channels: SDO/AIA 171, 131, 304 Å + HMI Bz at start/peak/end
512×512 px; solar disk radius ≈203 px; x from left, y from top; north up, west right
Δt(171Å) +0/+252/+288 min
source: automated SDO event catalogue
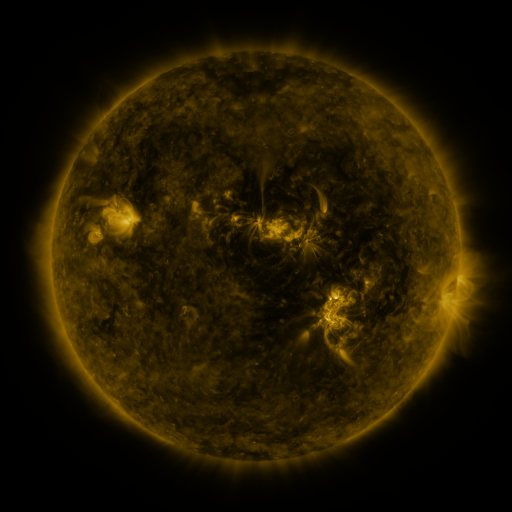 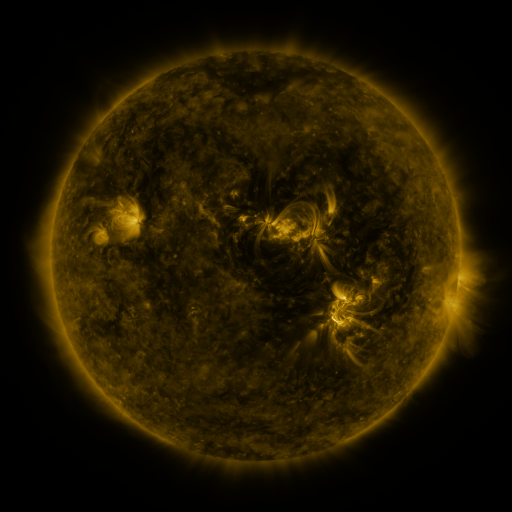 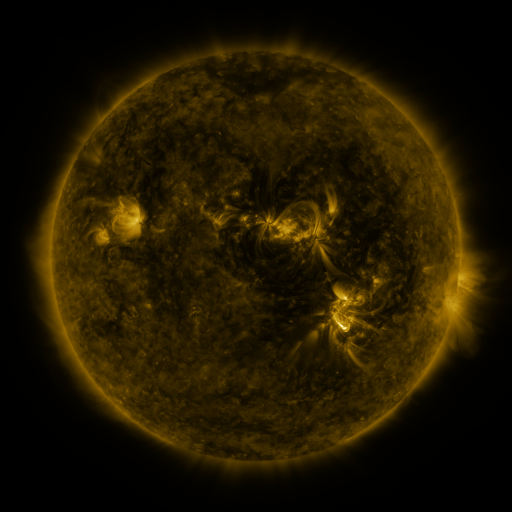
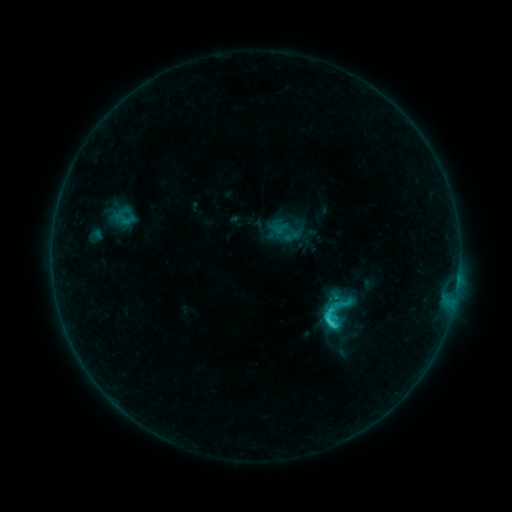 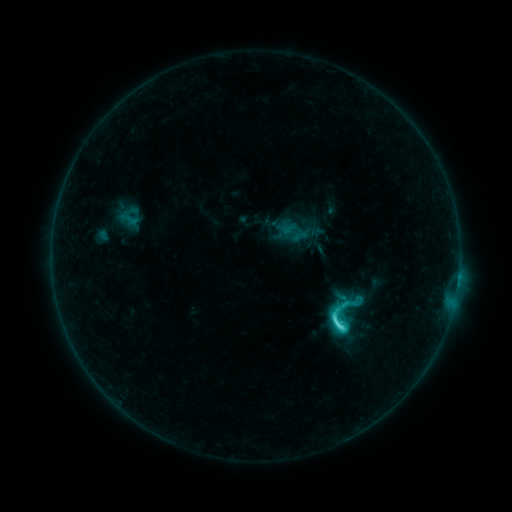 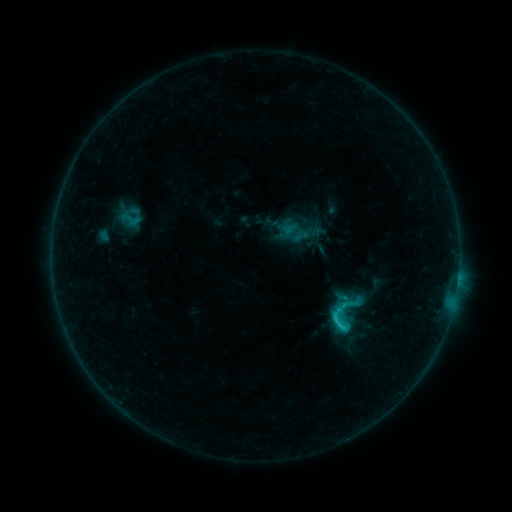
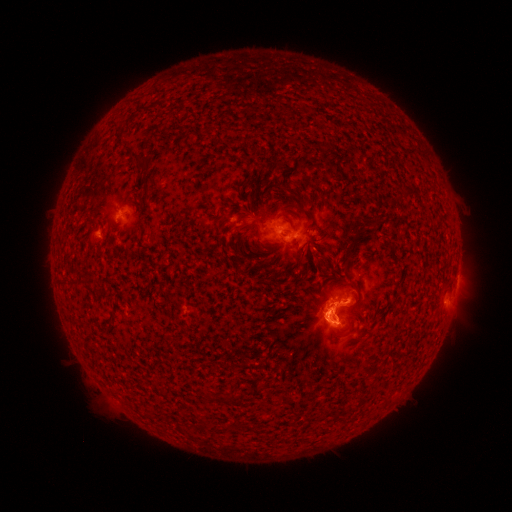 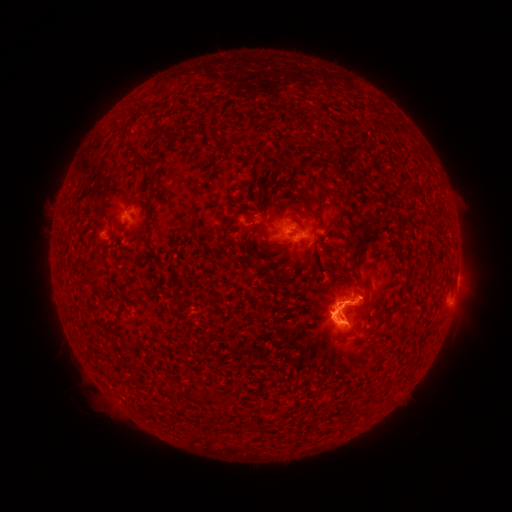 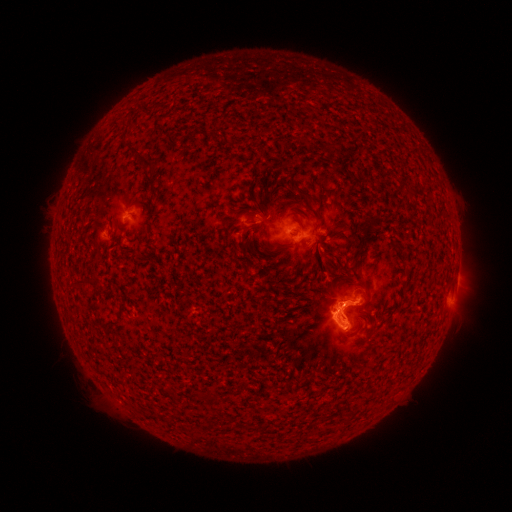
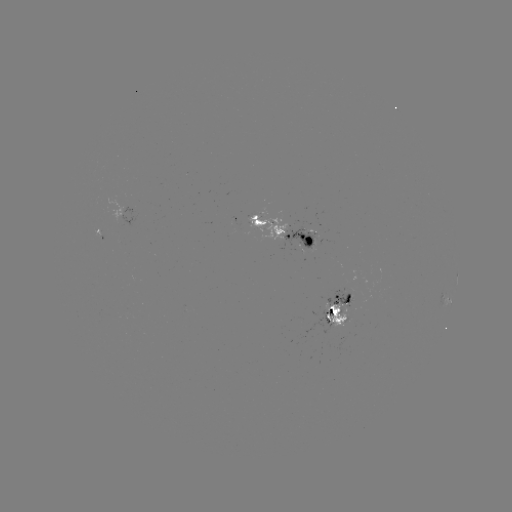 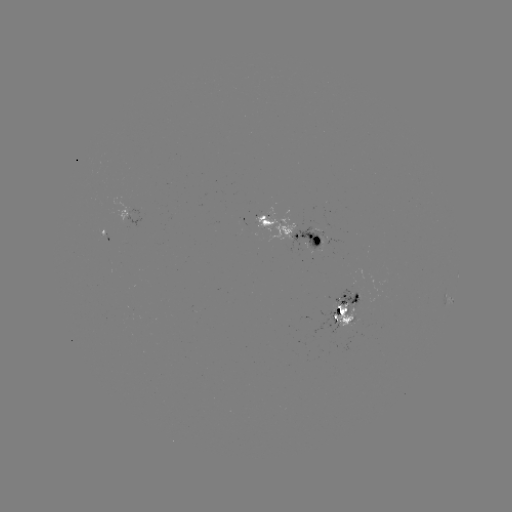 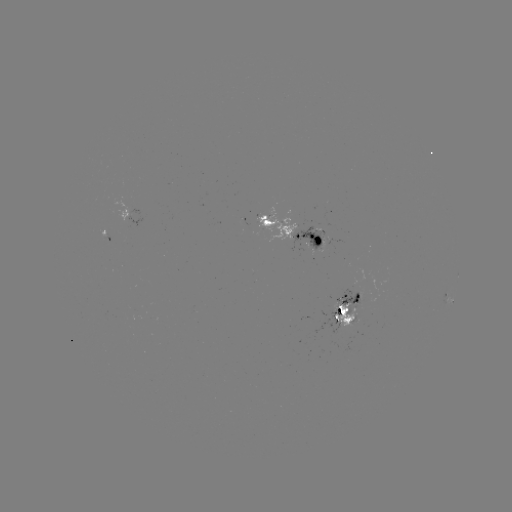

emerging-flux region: [286, 227, 324, 253]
